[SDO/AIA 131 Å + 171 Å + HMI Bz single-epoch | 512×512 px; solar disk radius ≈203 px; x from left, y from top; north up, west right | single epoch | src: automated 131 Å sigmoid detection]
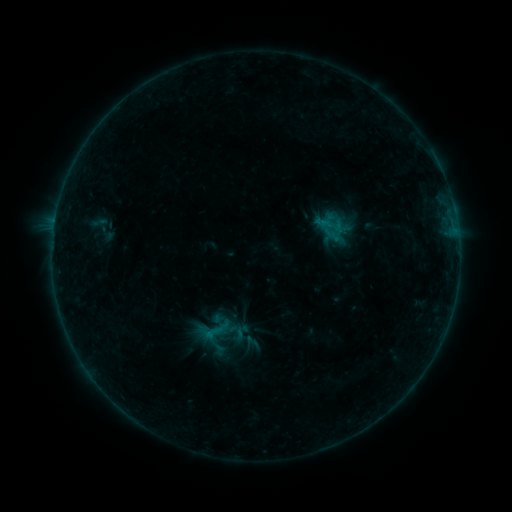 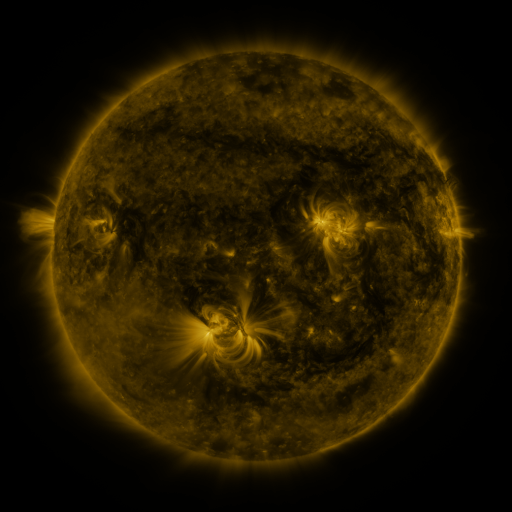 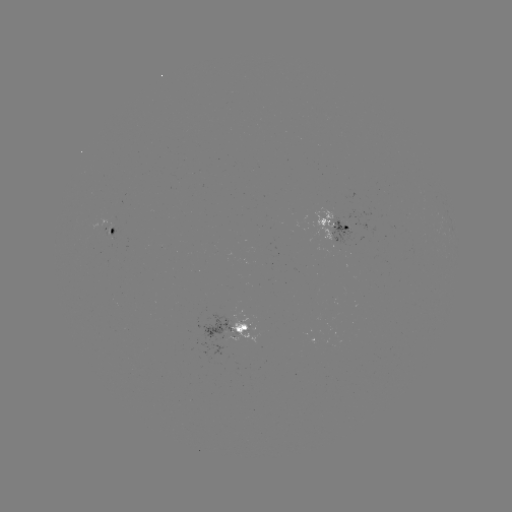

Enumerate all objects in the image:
sigmoid: (213, 330)
